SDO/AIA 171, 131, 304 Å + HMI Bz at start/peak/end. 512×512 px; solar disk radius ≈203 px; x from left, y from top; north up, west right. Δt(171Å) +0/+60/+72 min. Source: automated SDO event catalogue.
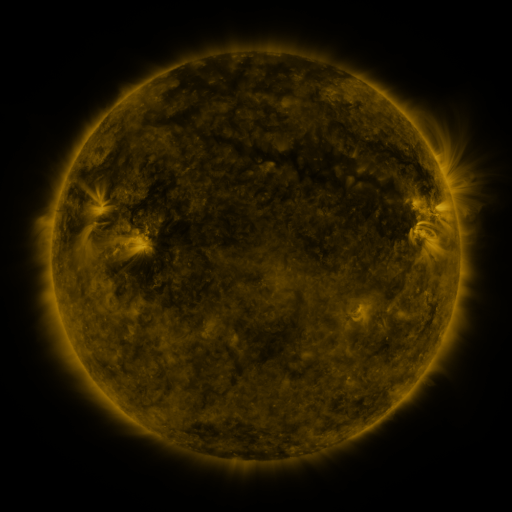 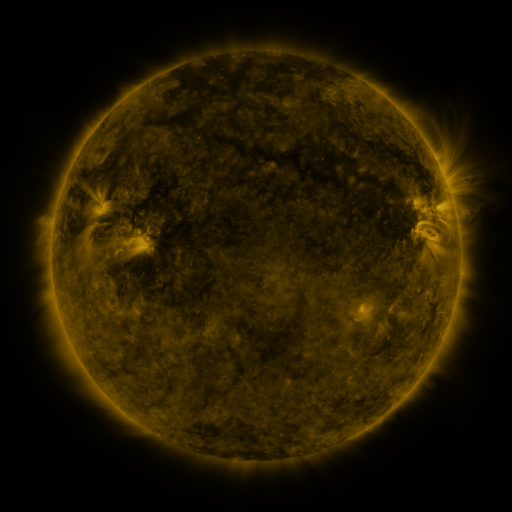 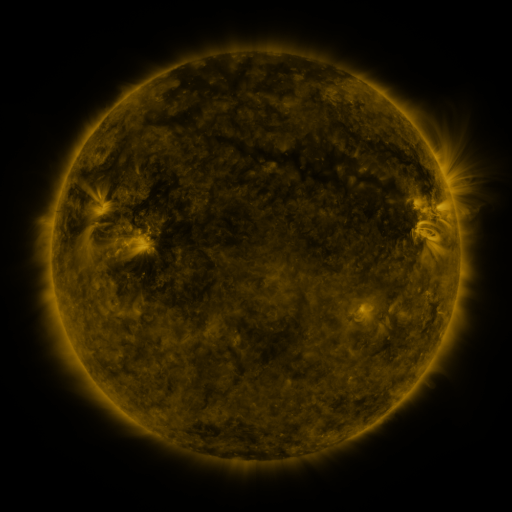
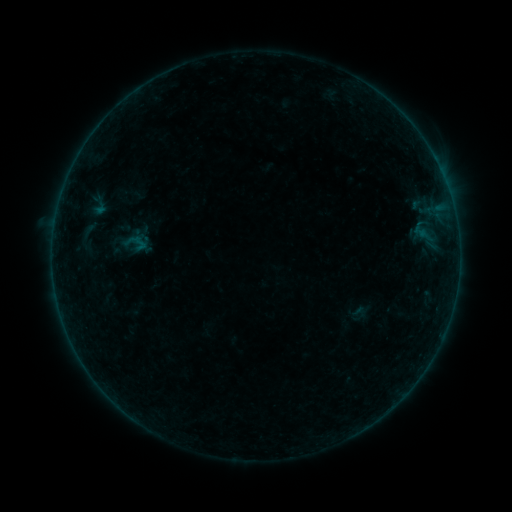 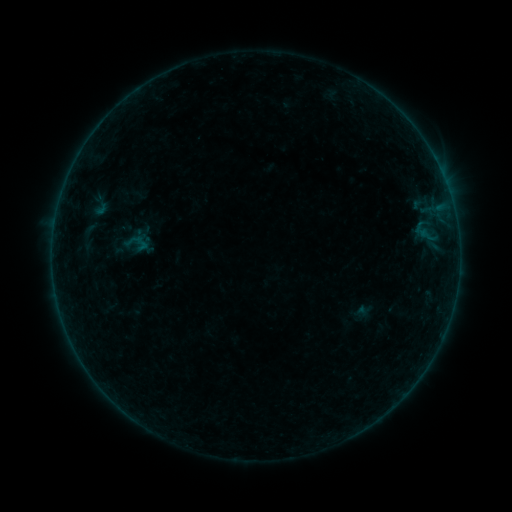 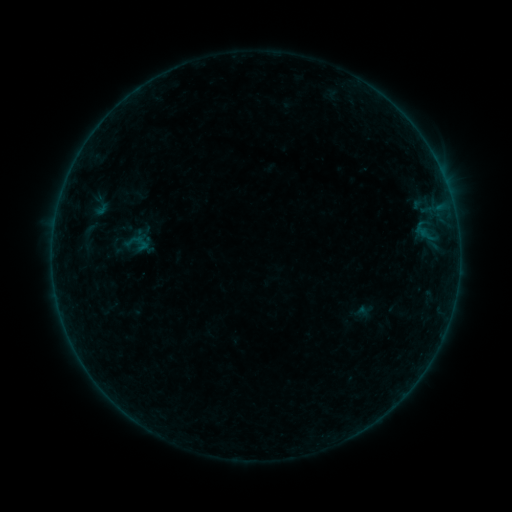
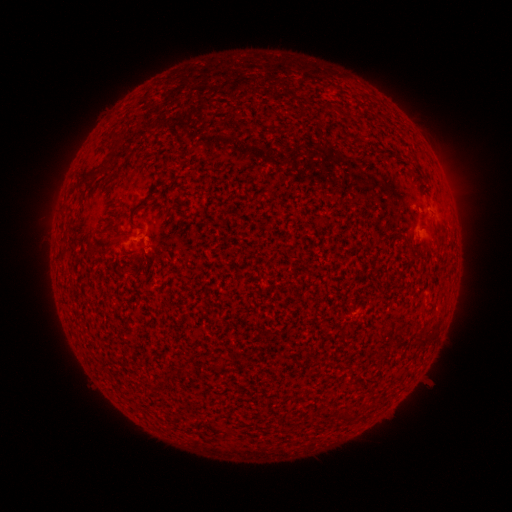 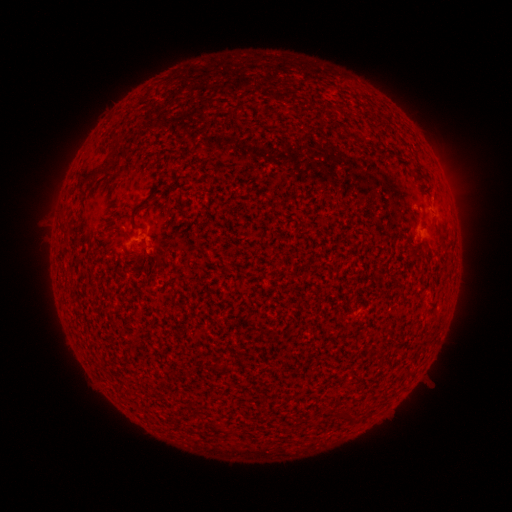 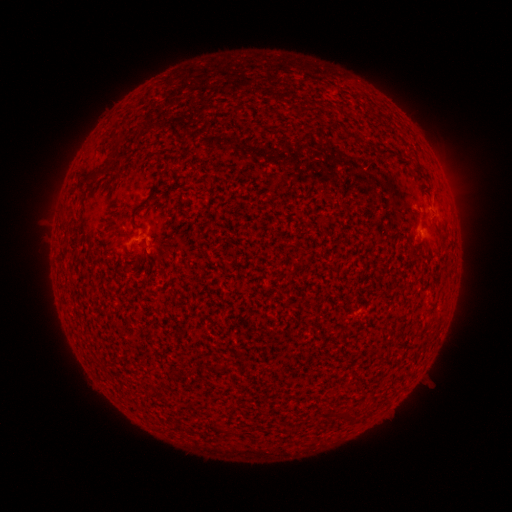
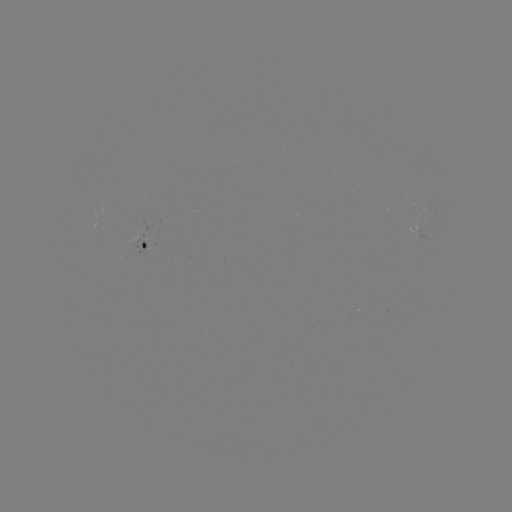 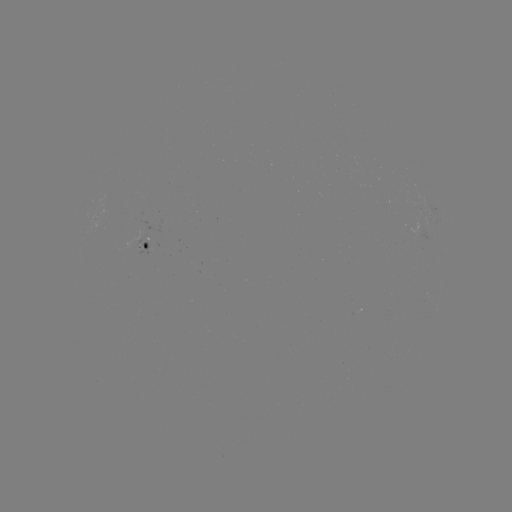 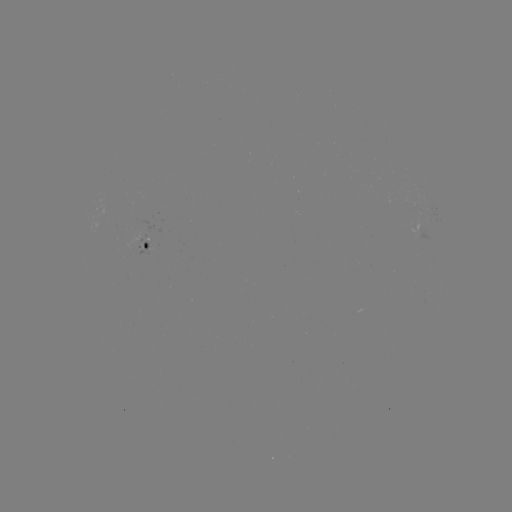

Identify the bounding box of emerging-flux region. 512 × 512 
[417, 229, 432, 240].